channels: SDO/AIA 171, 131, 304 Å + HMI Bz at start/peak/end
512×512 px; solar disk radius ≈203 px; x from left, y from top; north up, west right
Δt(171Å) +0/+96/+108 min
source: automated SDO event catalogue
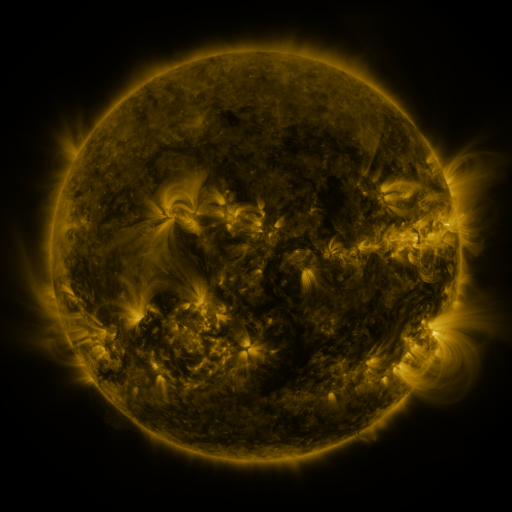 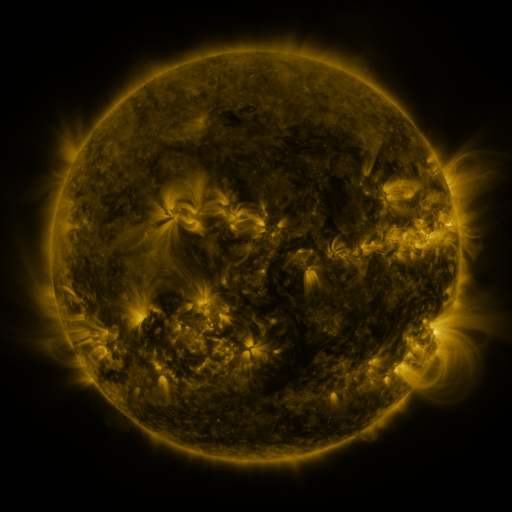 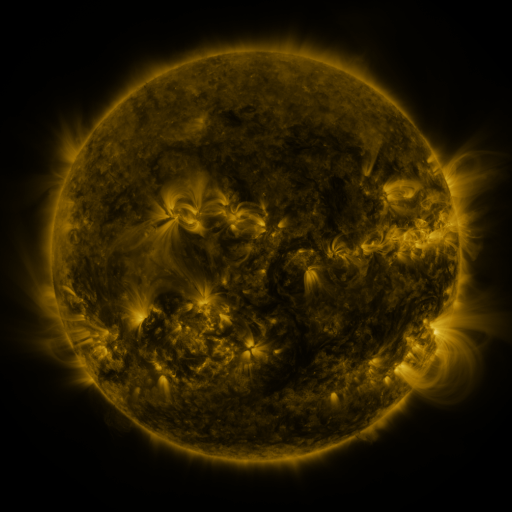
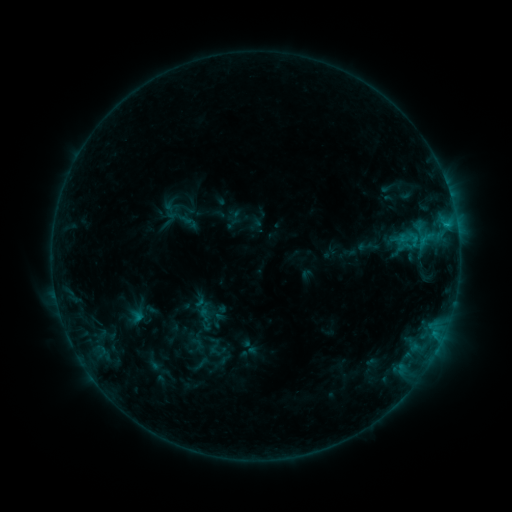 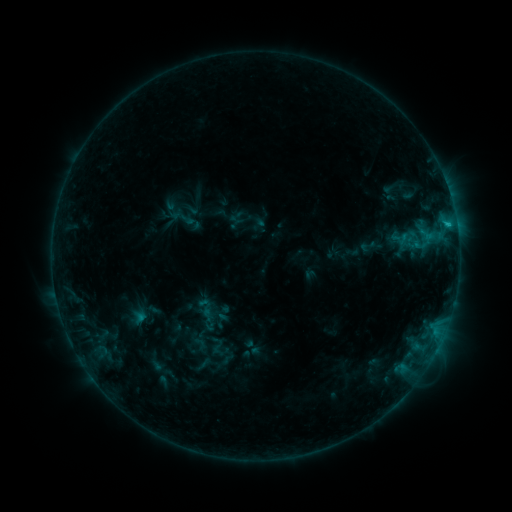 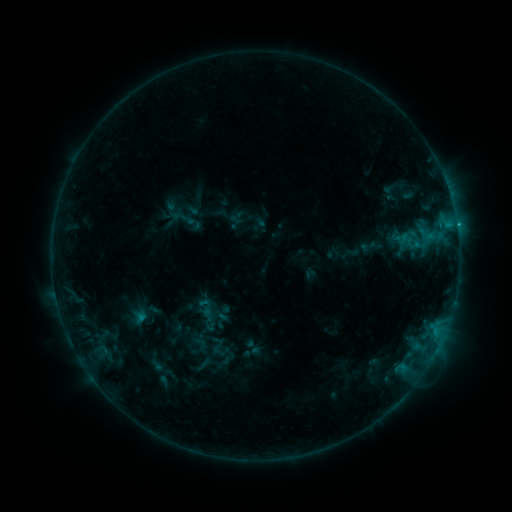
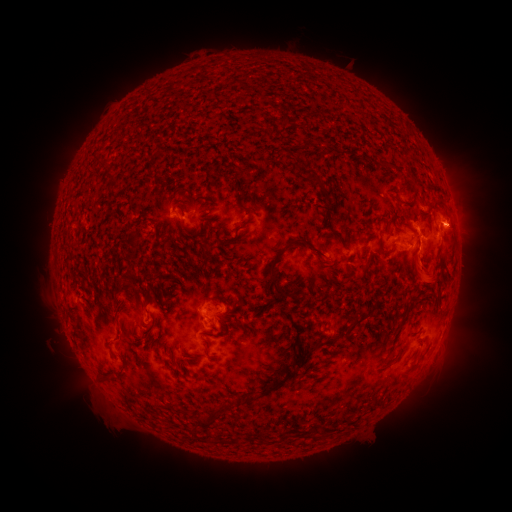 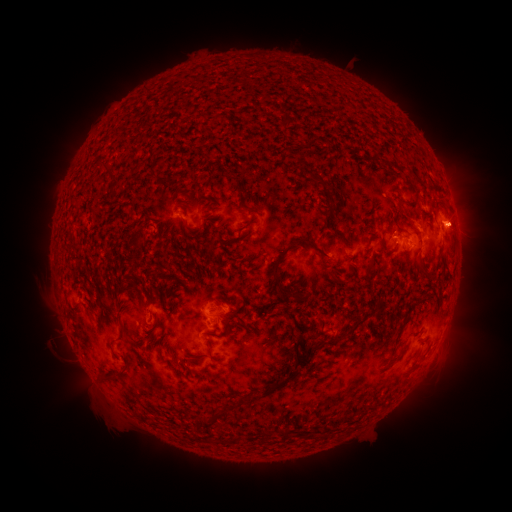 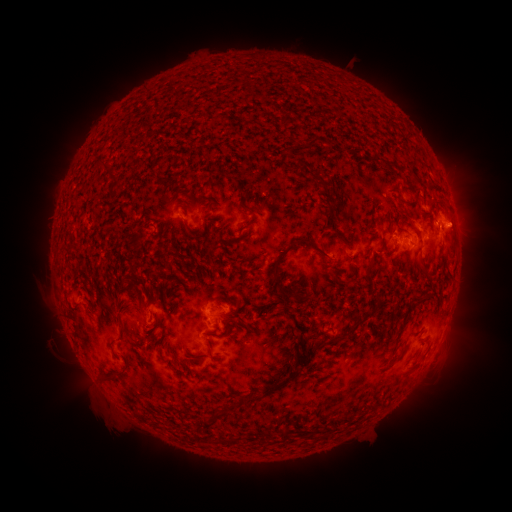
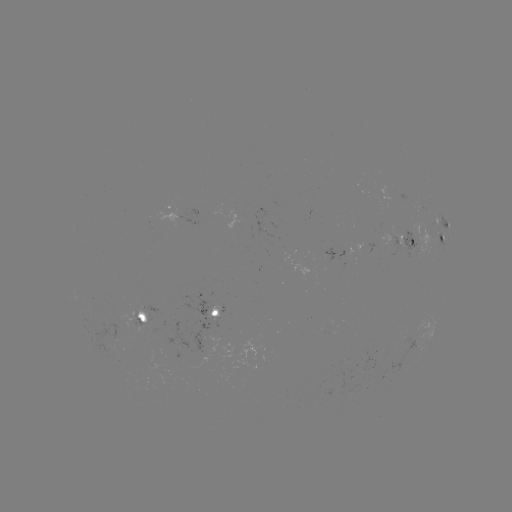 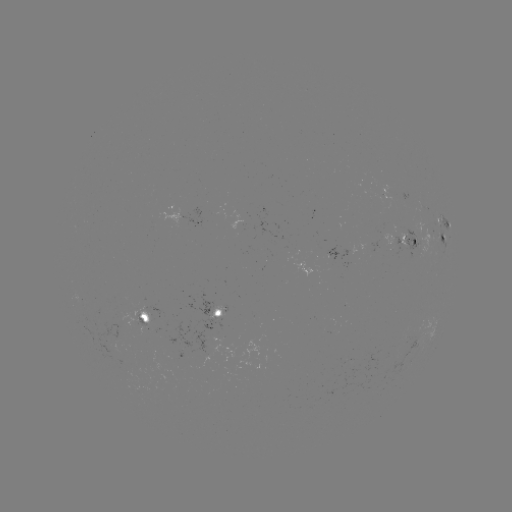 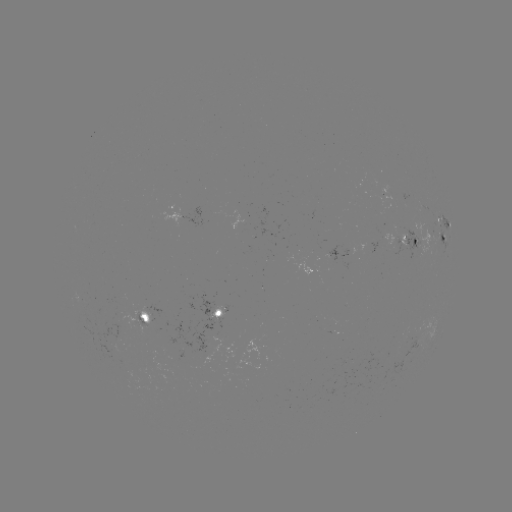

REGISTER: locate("emerging-flux region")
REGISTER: (149, 317)